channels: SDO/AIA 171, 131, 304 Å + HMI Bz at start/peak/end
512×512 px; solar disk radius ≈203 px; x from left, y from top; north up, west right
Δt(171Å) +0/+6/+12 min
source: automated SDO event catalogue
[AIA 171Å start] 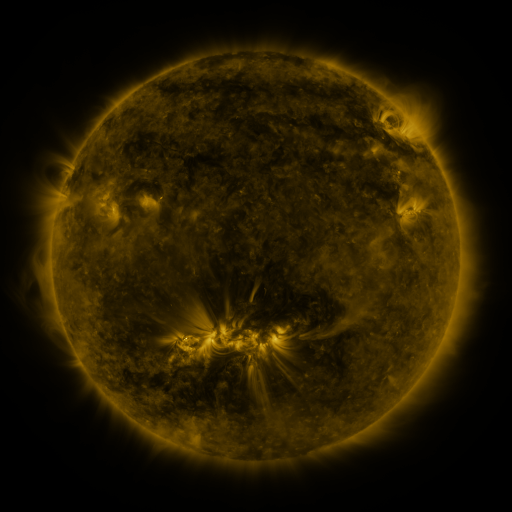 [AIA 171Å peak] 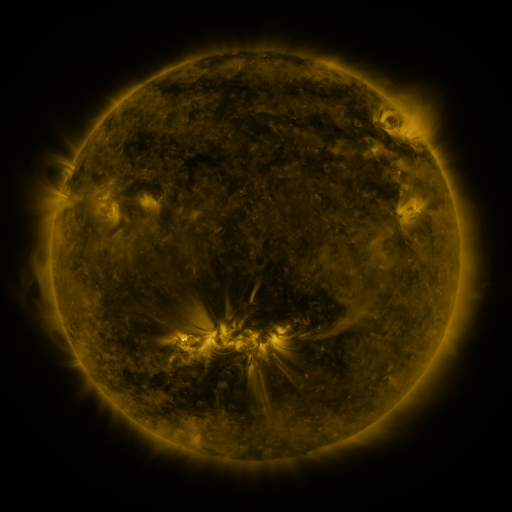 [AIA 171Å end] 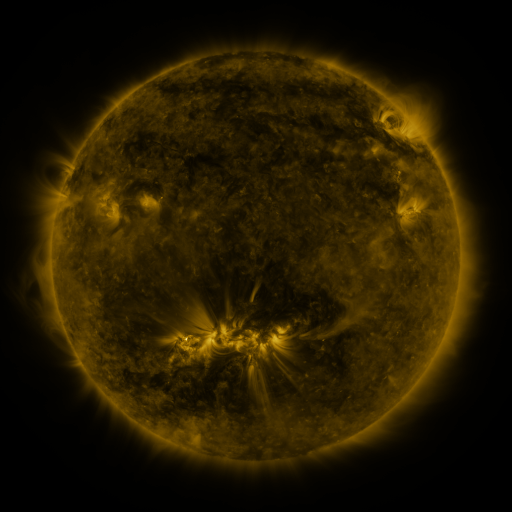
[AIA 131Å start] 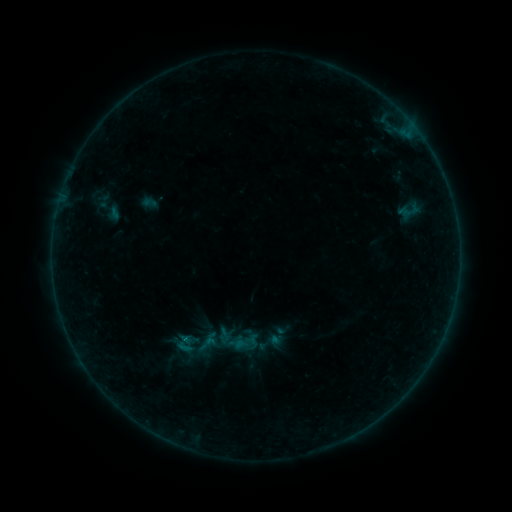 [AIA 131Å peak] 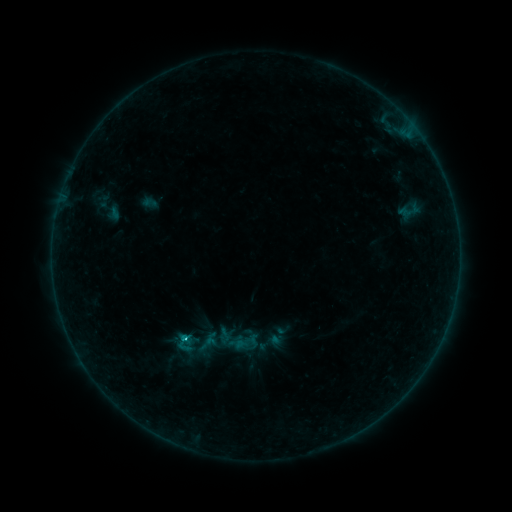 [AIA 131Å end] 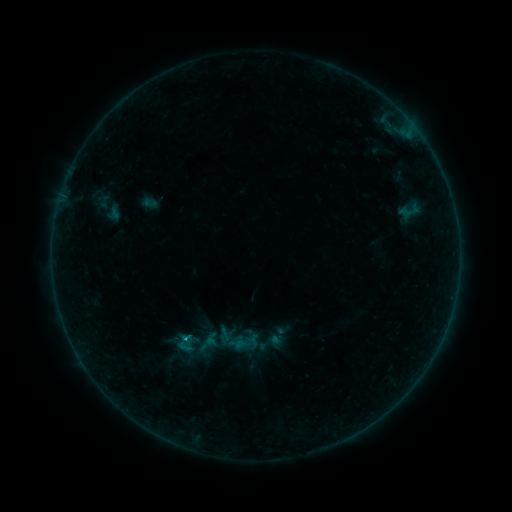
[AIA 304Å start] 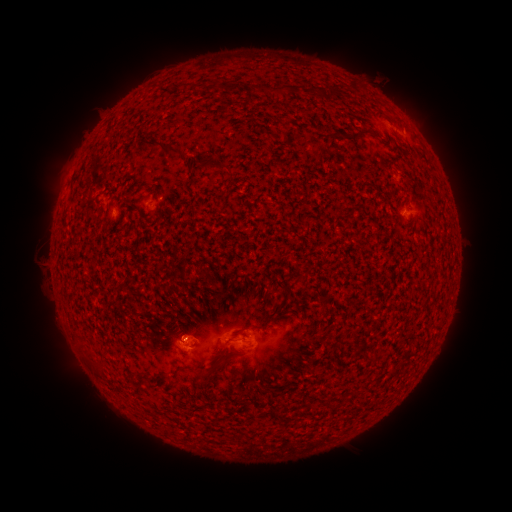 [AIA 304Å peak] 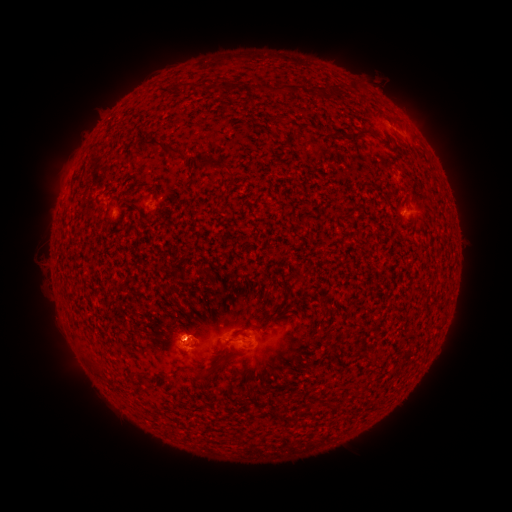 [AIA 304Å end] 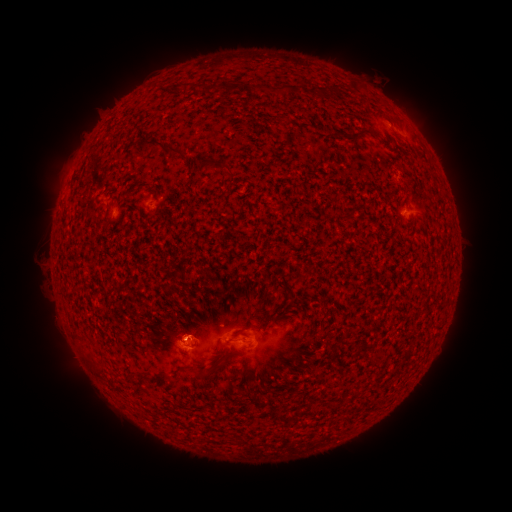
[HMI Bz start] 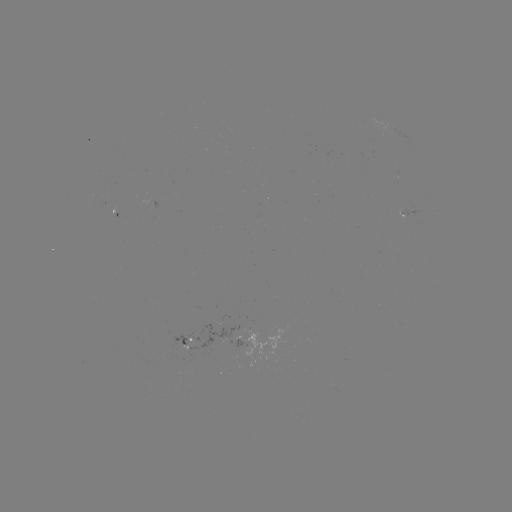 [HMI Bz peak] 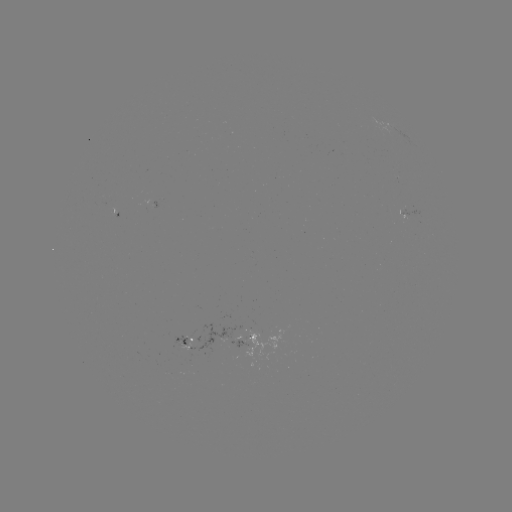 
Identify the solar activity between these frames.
B6.0 flare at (187, 339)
